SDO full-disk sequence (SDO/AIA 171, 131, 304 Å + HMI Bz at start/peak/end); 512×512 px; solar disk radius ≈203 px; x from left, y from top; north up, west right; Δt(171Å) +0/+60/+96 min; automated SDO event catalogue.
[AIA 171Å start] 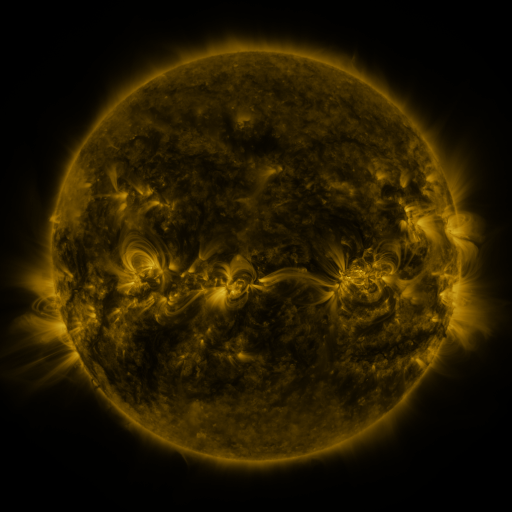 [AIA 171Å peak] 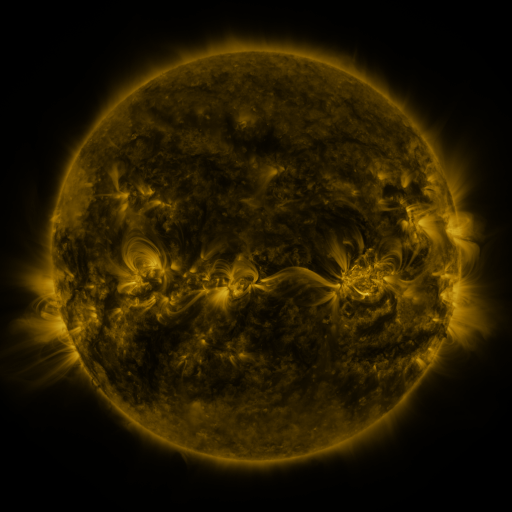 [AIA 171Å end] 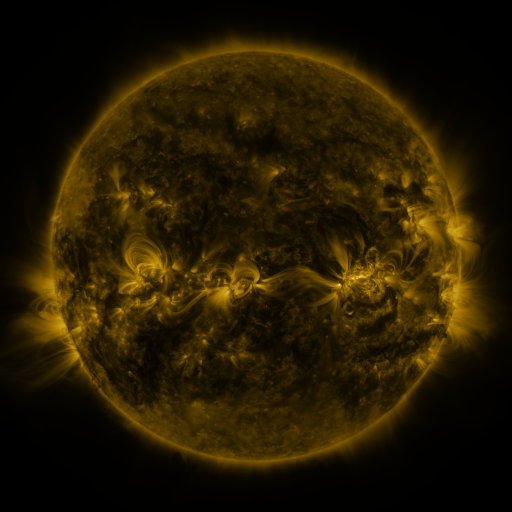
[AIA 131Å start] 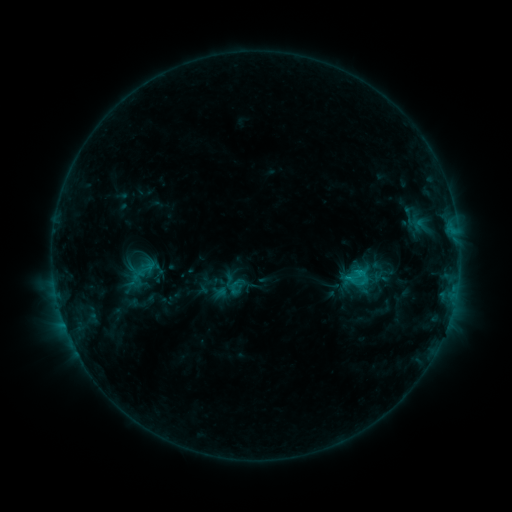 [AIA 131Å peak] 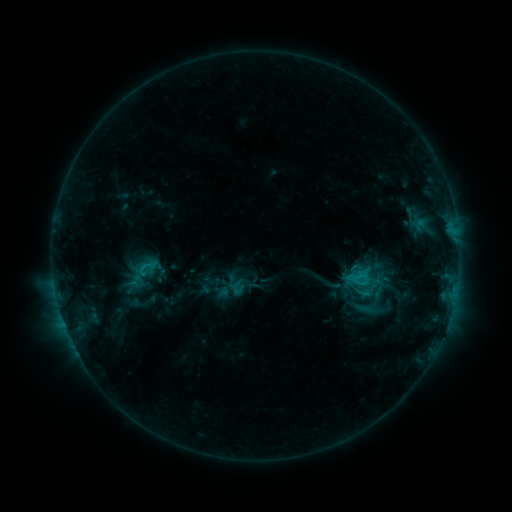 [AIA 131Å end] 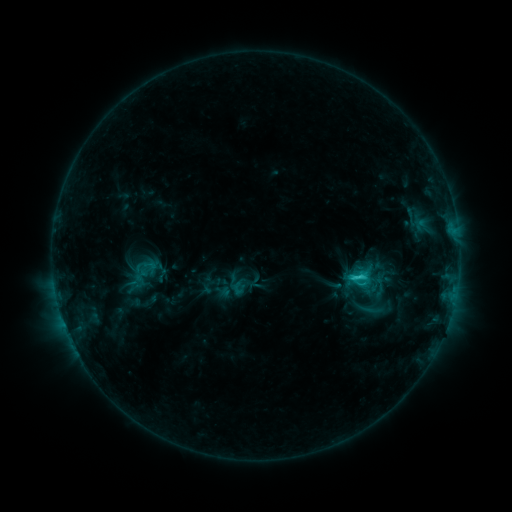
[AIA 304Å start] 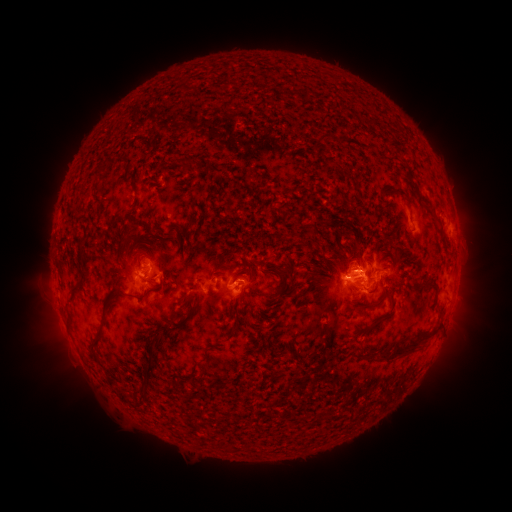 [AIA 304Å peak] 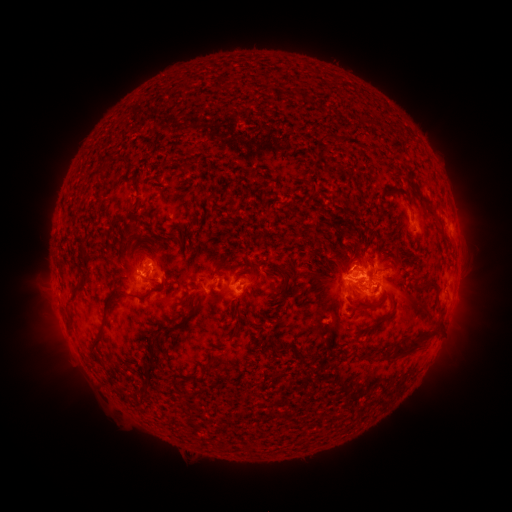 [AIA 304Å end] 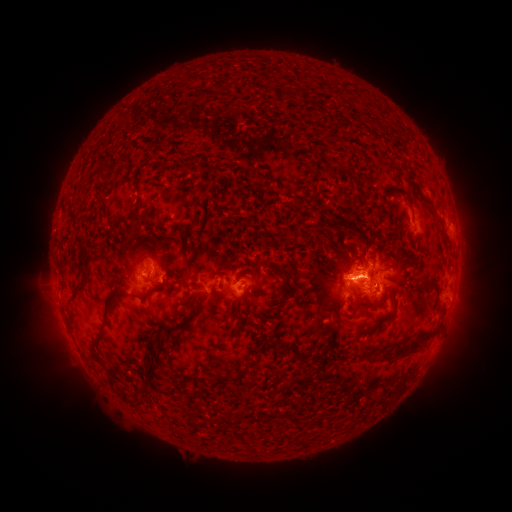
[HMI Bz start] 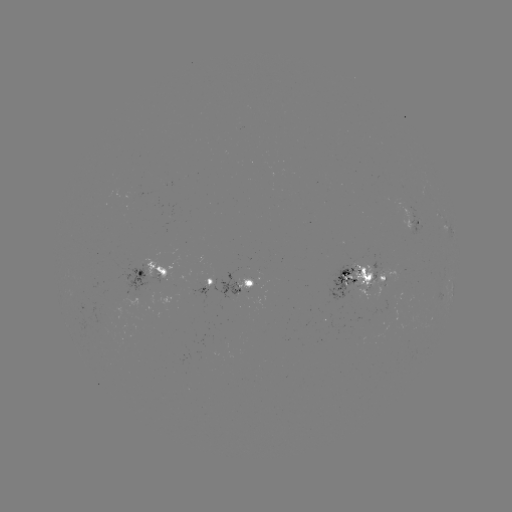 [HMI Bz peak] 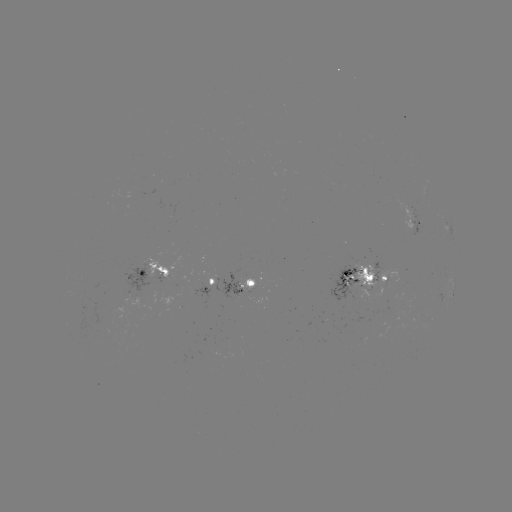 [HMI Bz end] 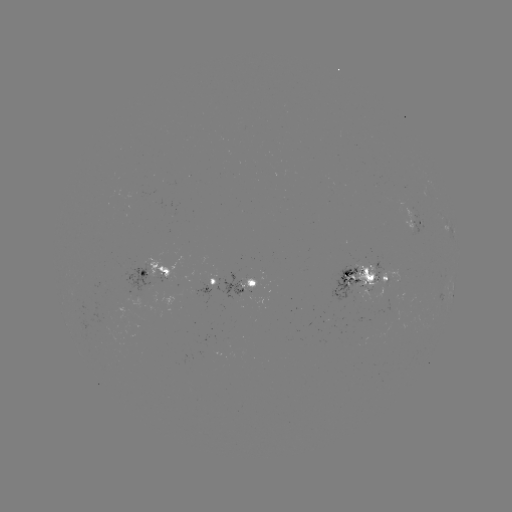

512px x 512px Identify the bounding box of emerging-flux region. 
[408, 205, 425, 238].